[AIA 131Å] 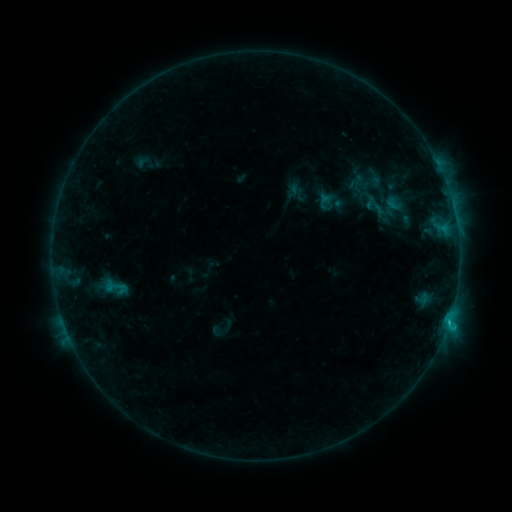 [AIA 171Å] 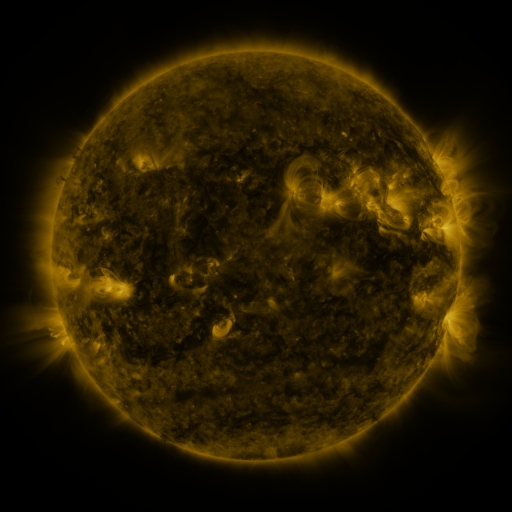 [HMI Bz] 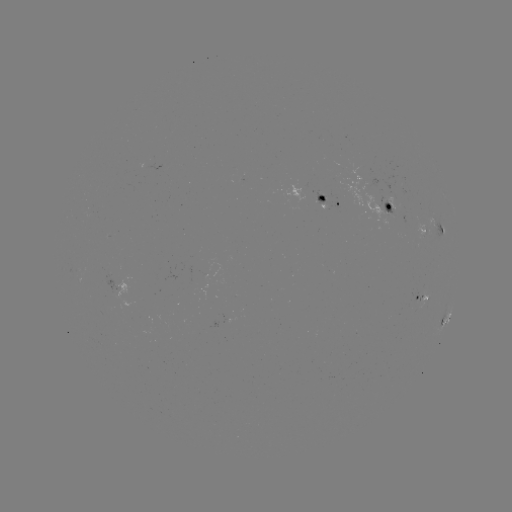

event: sigmoid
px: (115, 287)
